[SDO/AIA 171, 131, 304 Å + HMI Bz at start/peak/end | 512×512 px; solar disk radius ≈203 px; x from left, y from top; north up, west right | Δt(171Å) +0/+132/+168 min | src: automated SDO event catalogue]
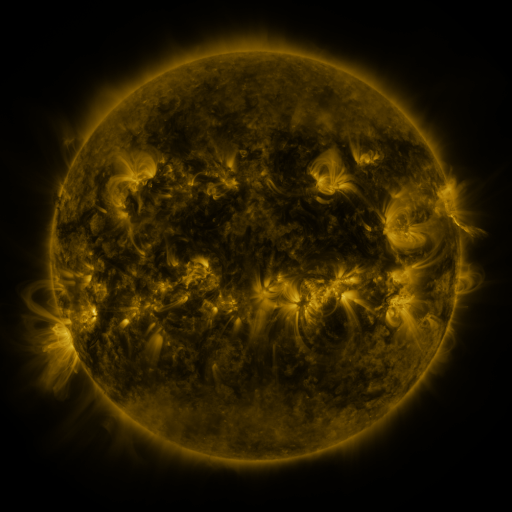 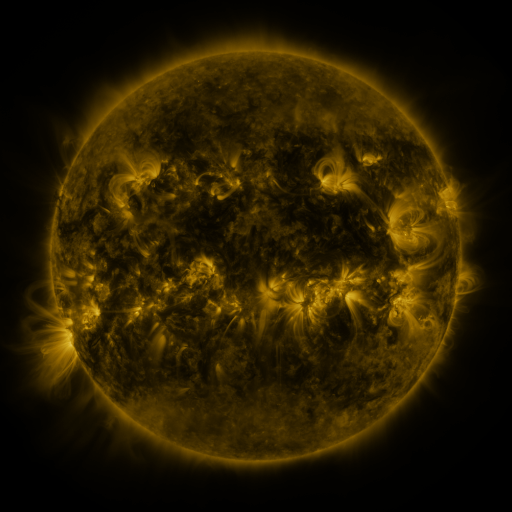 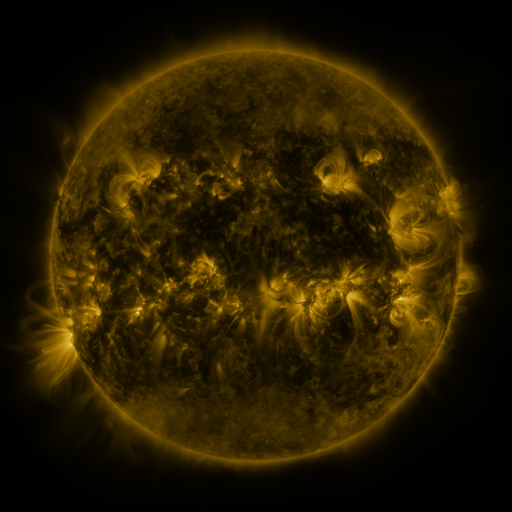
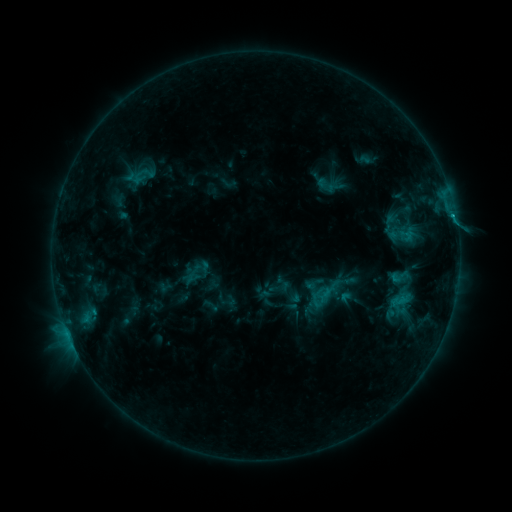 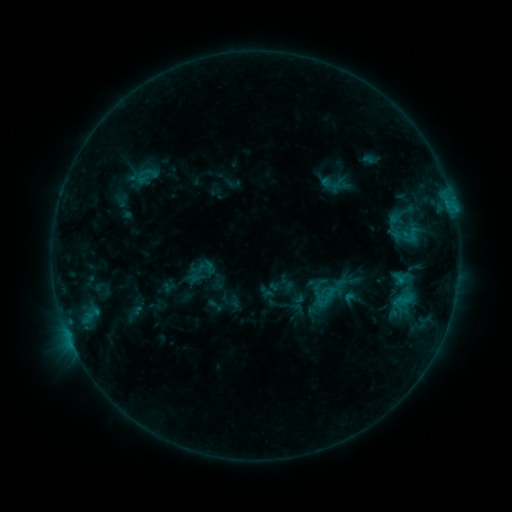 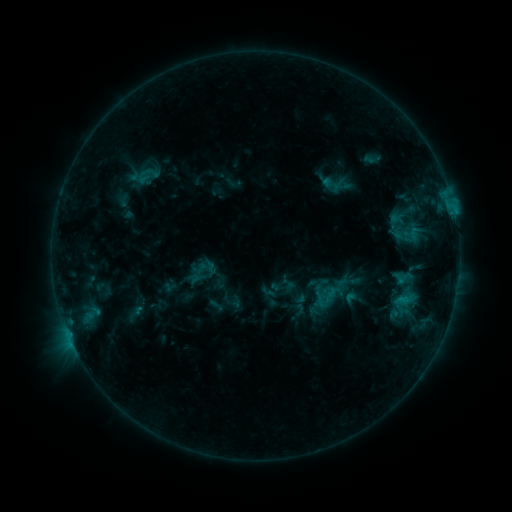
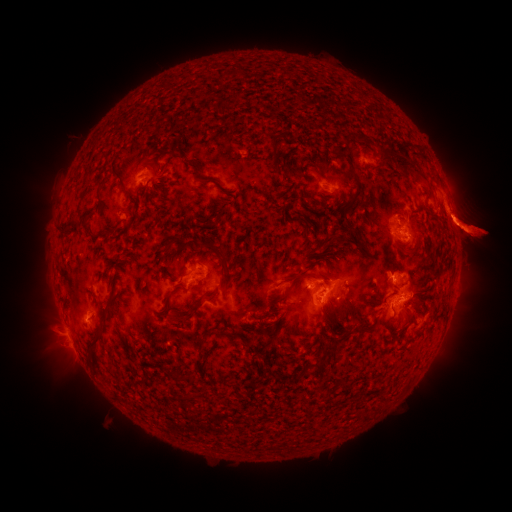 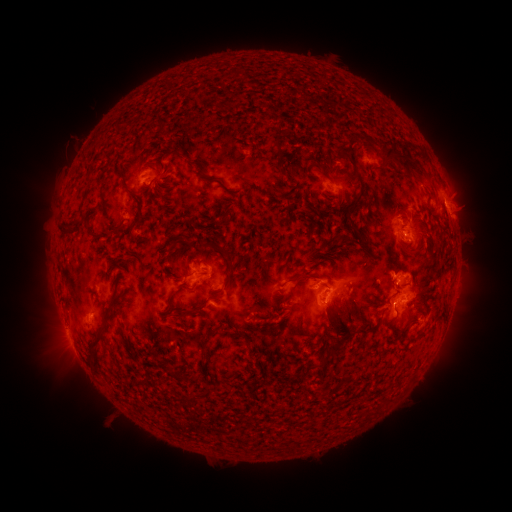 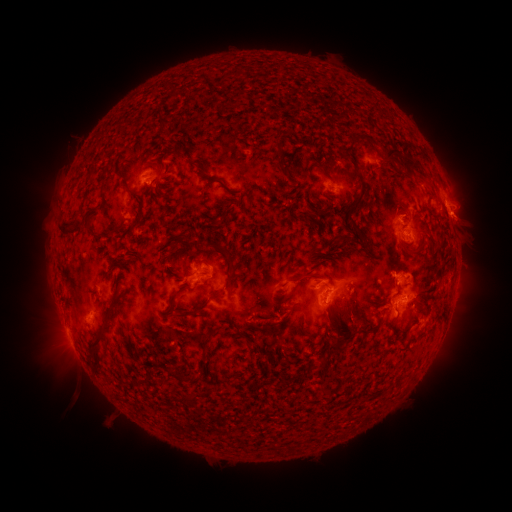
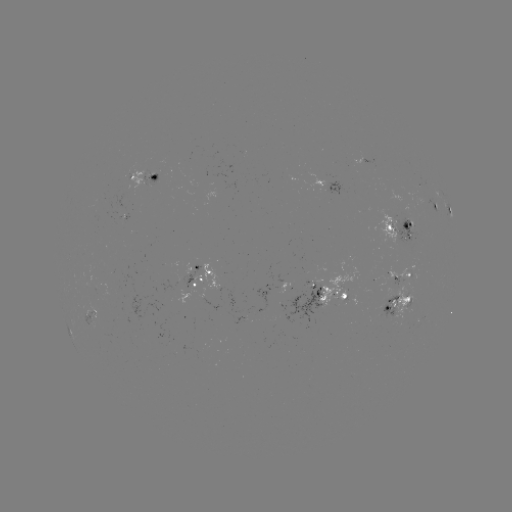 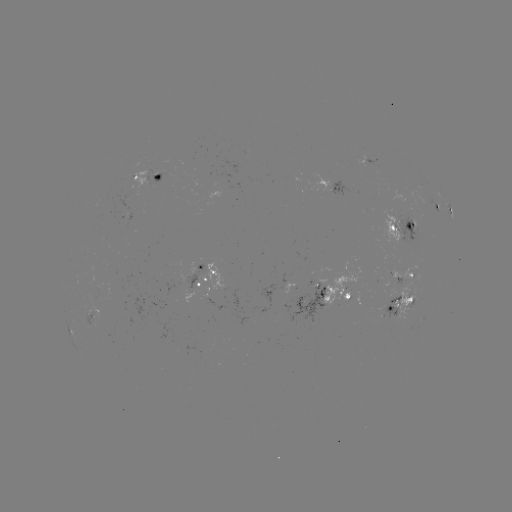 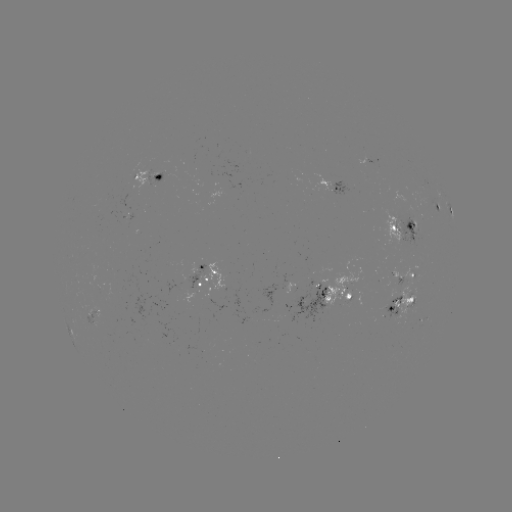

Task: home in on emerging-flux region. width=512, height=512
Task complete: (407, 211).